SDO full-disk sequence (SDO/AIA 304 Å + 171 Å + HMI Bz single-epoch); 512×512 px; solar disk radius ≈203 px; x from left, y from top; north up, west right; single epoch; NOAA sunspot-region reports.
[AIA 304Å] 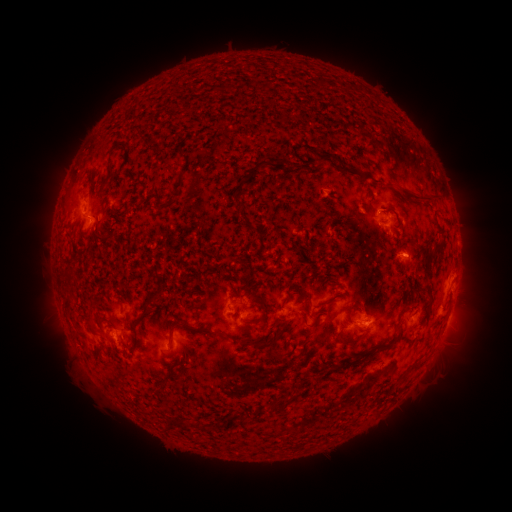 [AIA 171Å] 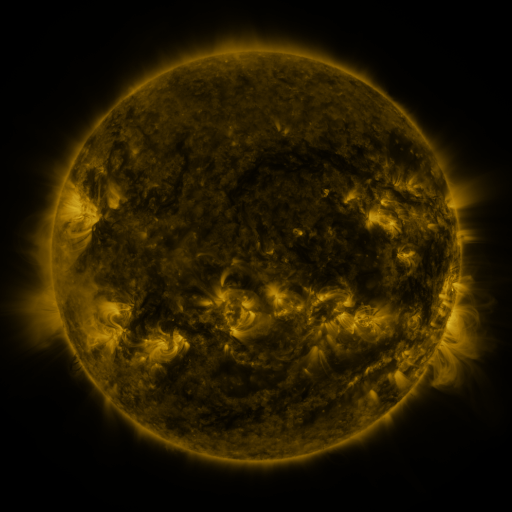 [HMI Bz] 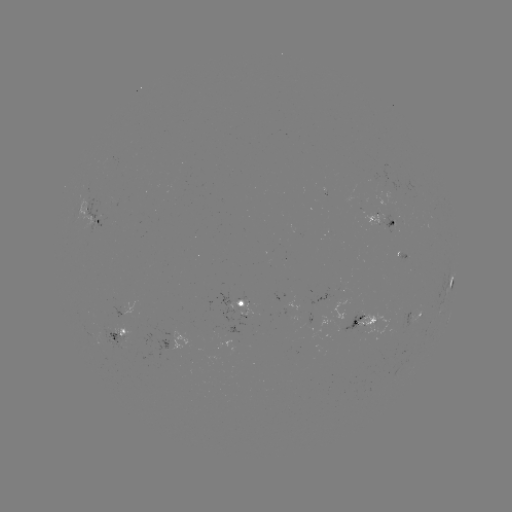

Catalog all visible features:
spotted active region: (91, 213)
spotted active region: (381, 218)
spotted active region: (452, 279)
spotted active region: (245, 308)
spotted active region: (415, 312)
spotted active region: (367, 317)
spotted active region: (121, 335)
